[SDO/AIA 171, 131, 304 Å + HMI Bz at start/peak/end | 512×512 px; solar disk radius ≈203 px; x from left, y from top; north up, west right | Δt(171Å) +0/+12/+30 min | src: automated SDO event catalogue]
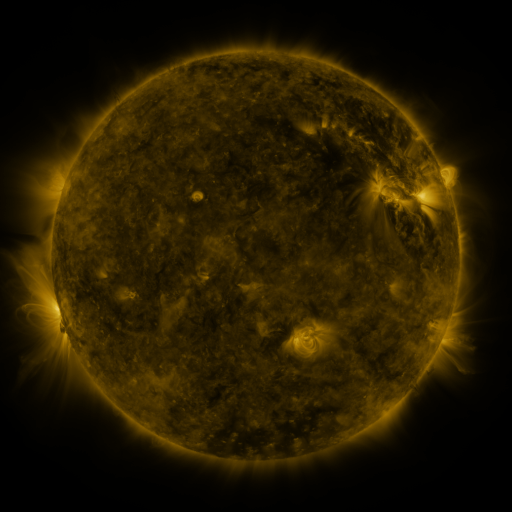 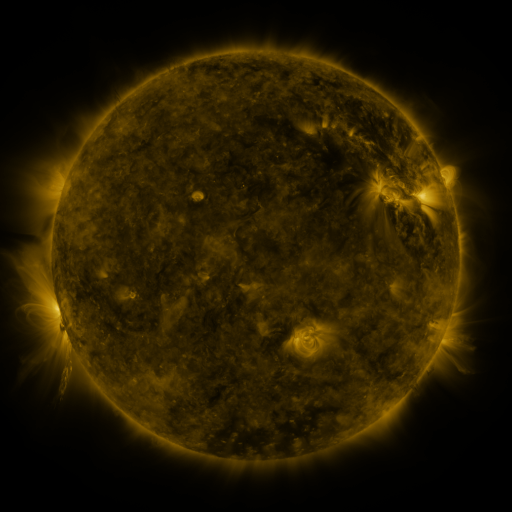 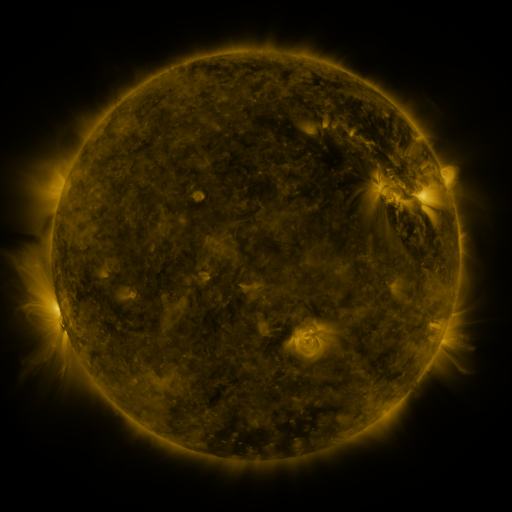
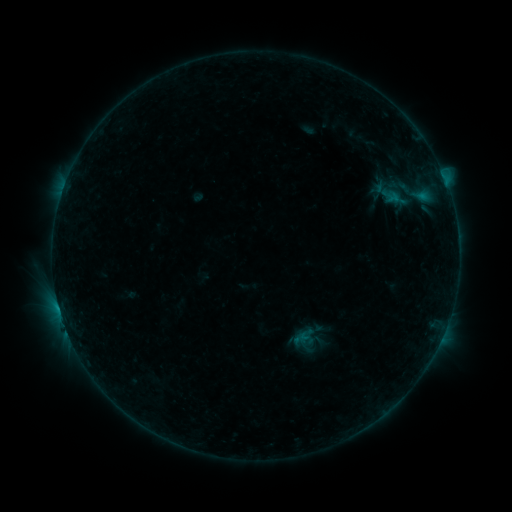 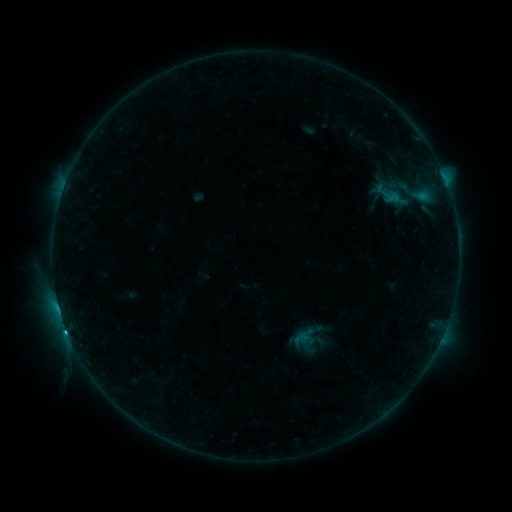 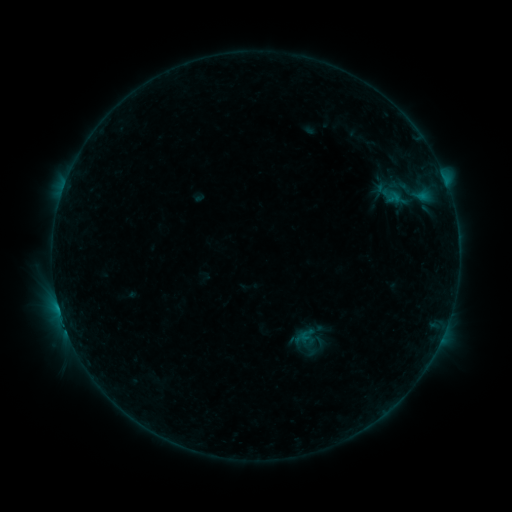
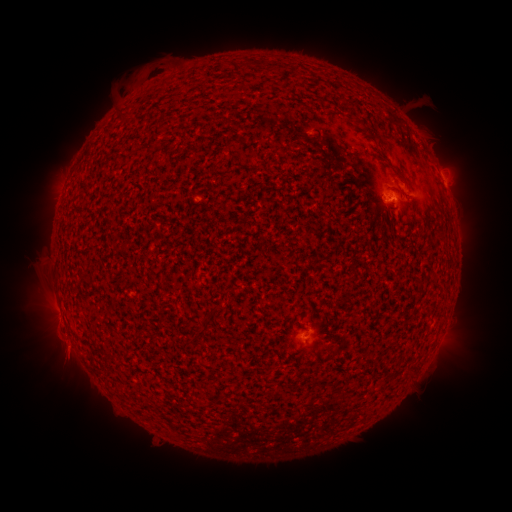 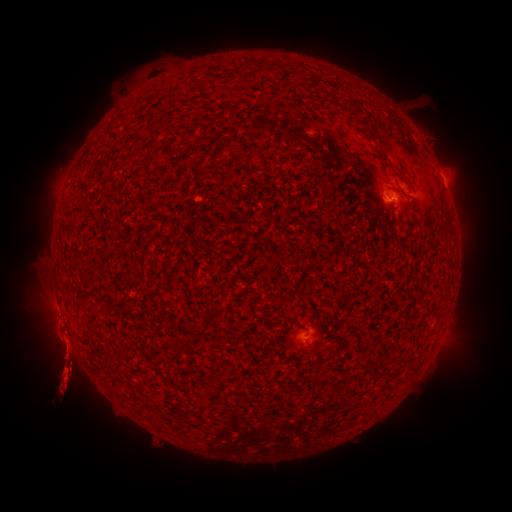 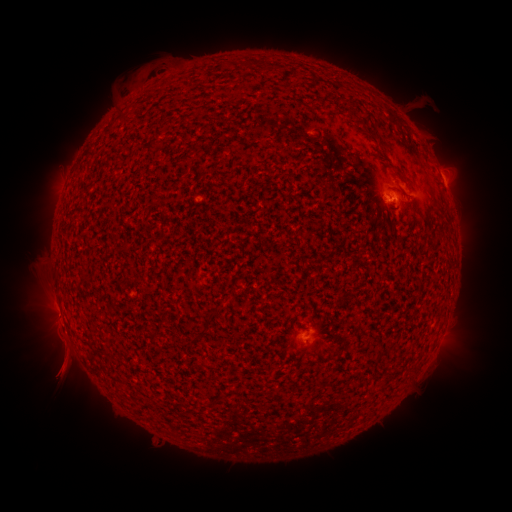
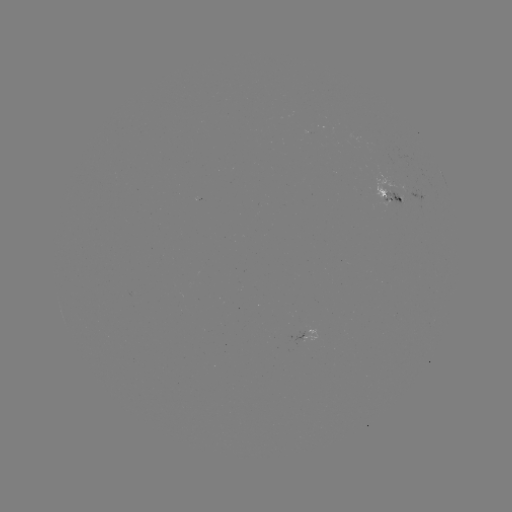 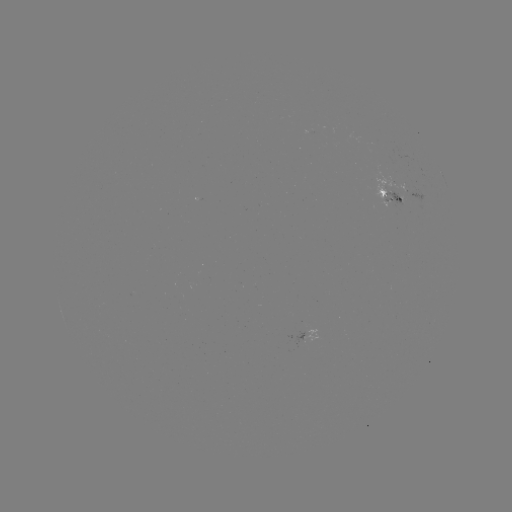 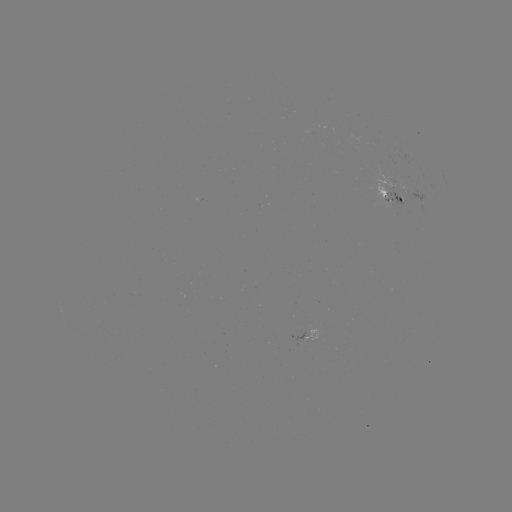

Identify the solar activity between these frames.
eruption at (62, 363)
